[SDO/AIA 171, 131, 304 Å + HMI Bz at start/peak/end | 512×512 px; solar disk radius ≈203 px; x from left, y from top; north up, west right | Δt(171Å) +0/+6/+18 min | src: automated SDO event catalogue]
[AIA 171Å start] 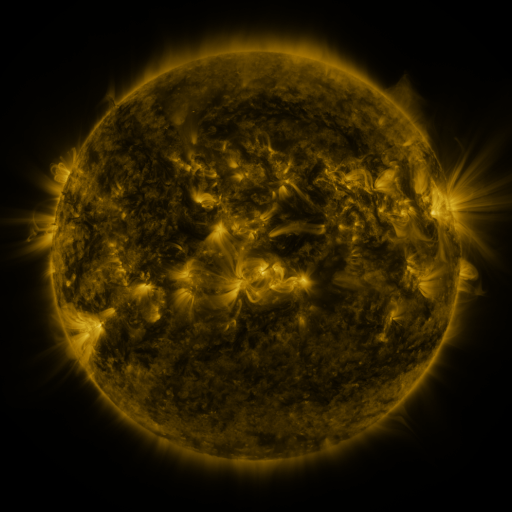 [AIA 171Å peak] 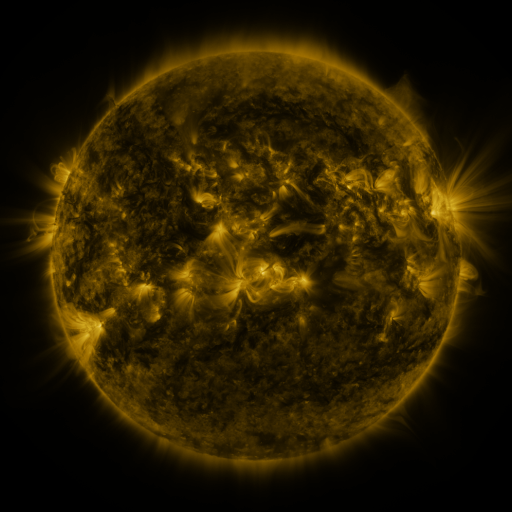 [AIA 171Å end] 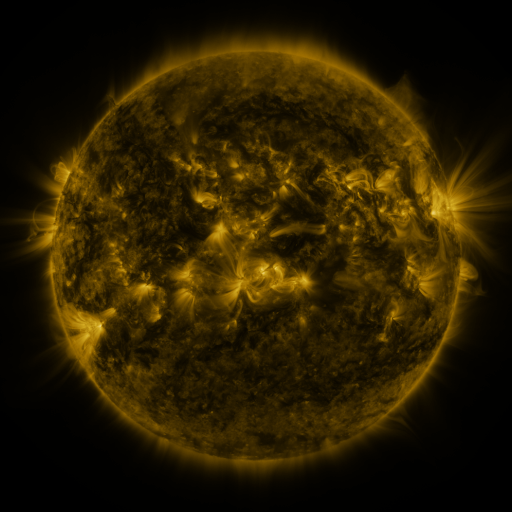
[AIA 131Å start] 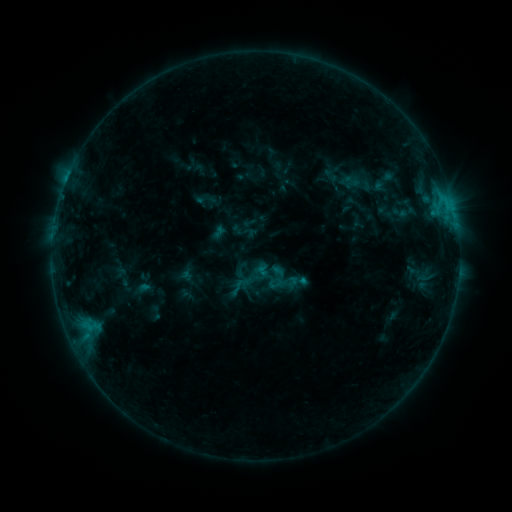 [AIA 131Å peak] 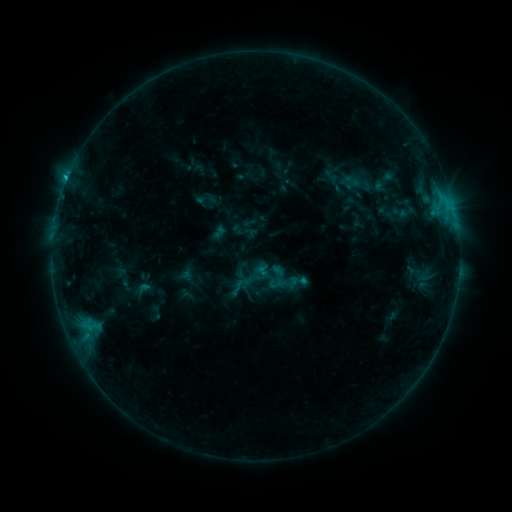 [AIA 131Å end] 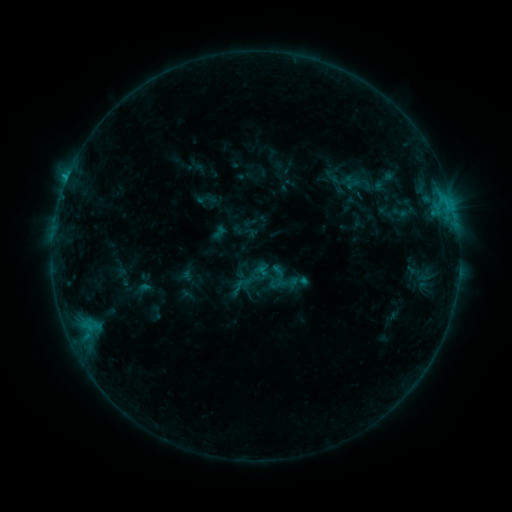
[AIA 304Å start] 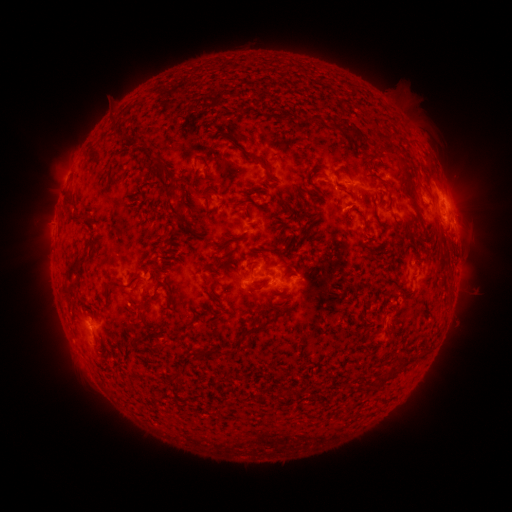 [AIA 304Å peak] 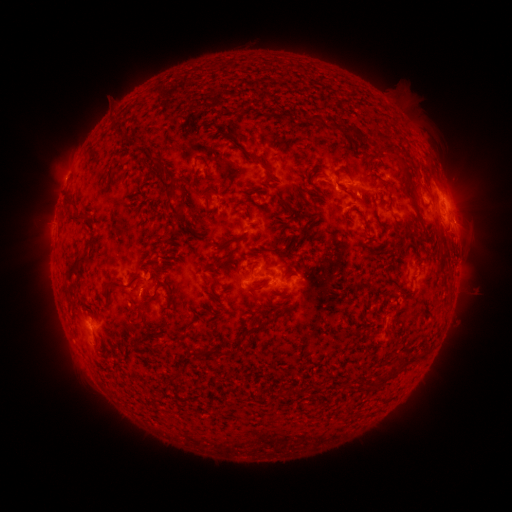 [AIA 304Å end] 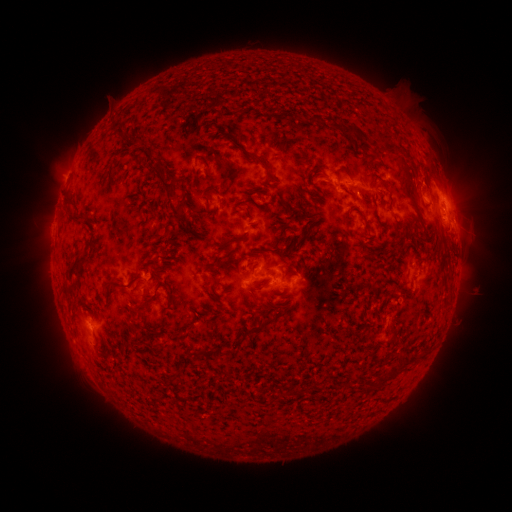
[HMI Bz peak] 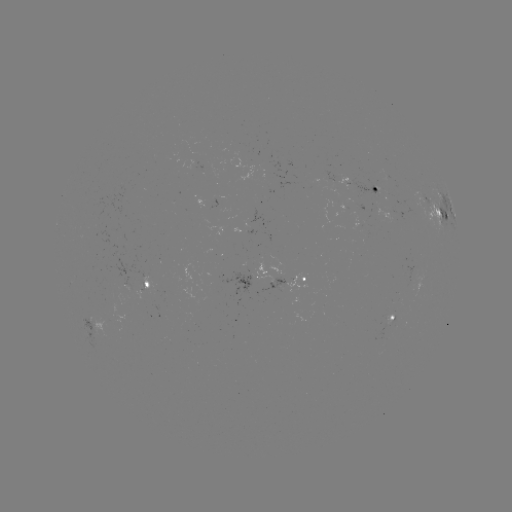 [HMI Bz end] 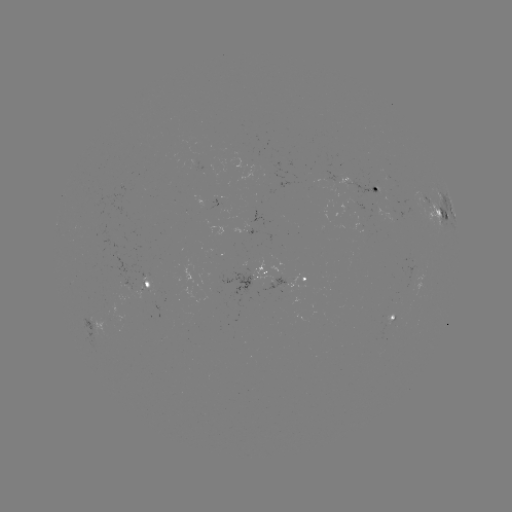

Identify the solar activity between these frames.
B8.6 flare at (338, 188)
